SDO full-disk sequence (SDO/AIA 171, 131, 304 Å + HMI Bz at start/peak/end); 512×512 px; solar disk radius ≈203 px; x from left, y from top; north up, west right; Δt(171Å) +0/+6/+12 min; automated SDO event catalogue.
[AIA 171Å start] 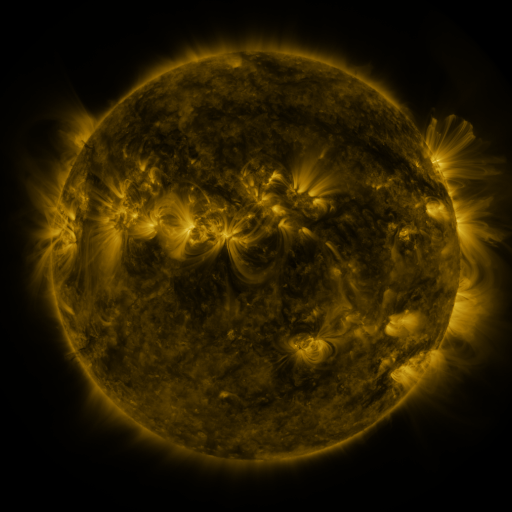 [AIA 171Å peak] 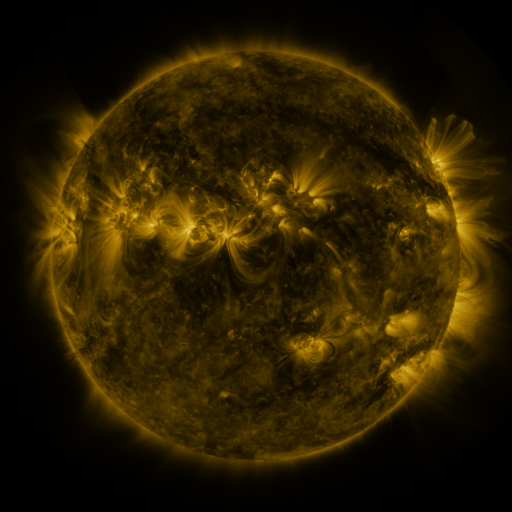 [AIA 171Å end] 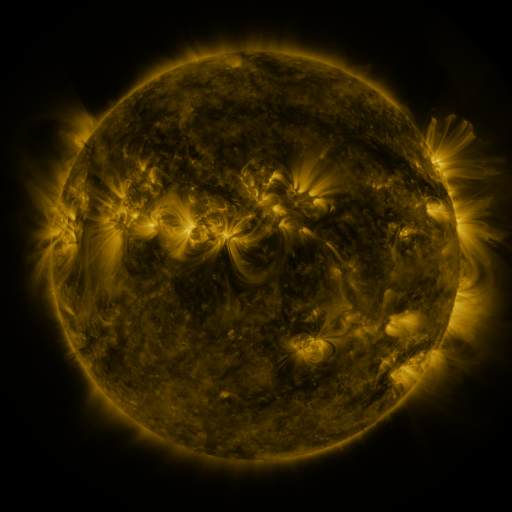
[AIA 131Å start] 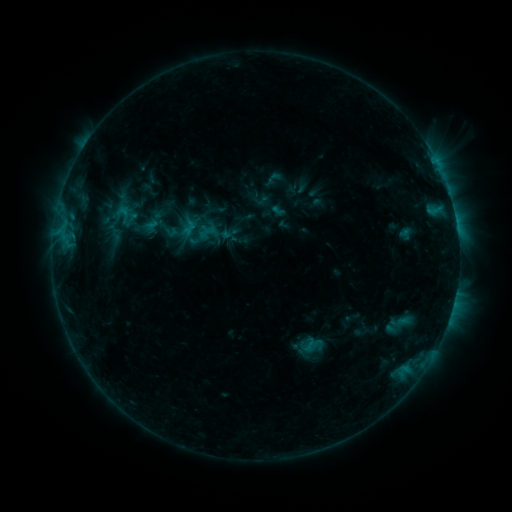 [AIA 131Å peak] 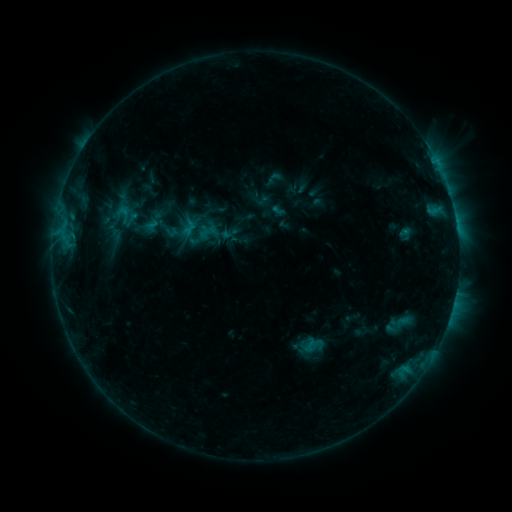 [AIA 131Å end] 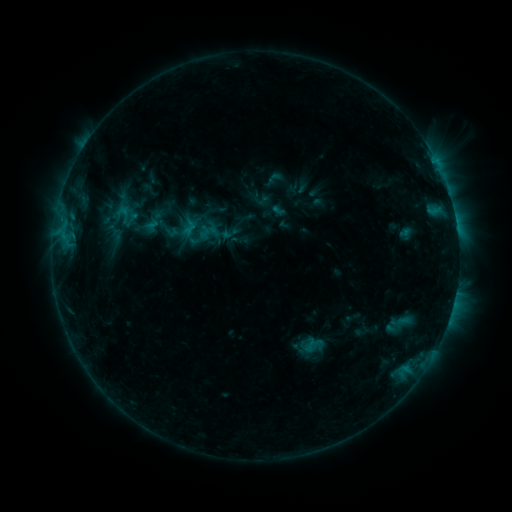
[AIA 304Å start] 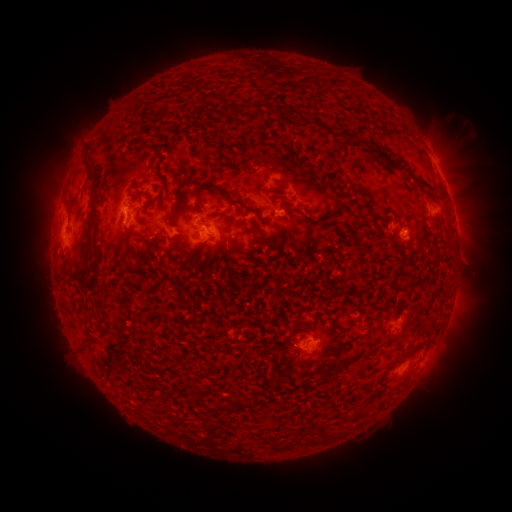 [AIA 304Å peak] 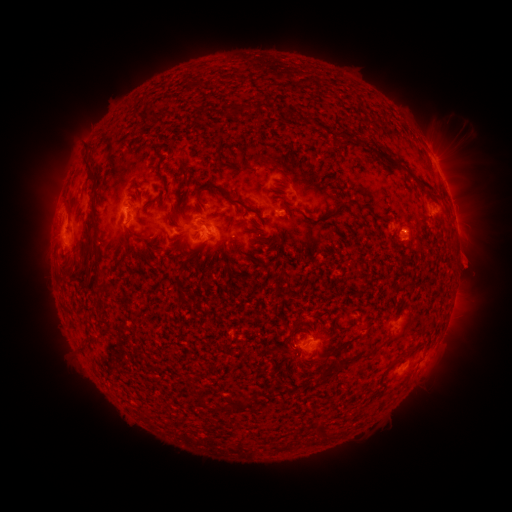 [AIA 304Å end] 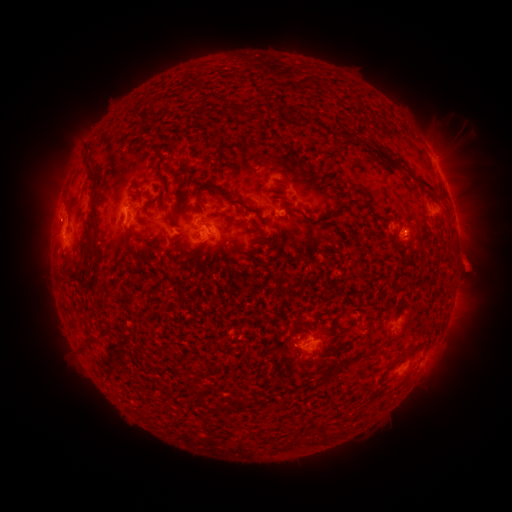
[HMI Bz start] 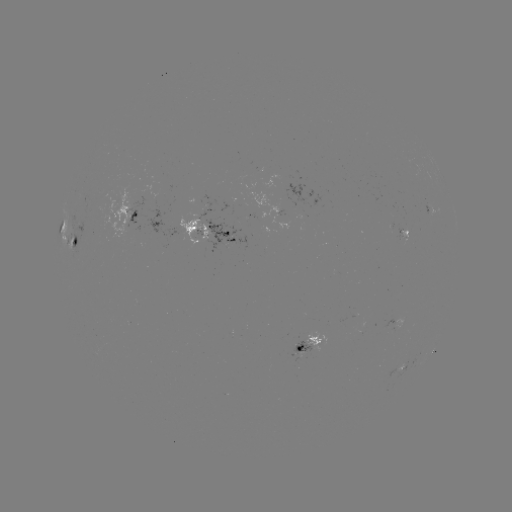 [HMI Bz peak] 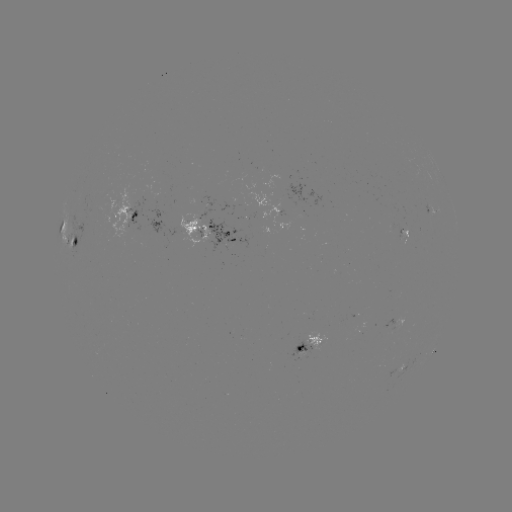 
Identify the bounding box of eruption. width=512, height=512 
[451, 243, 492, 285].